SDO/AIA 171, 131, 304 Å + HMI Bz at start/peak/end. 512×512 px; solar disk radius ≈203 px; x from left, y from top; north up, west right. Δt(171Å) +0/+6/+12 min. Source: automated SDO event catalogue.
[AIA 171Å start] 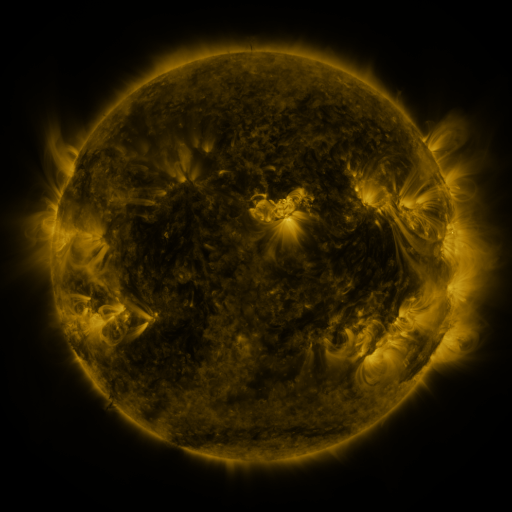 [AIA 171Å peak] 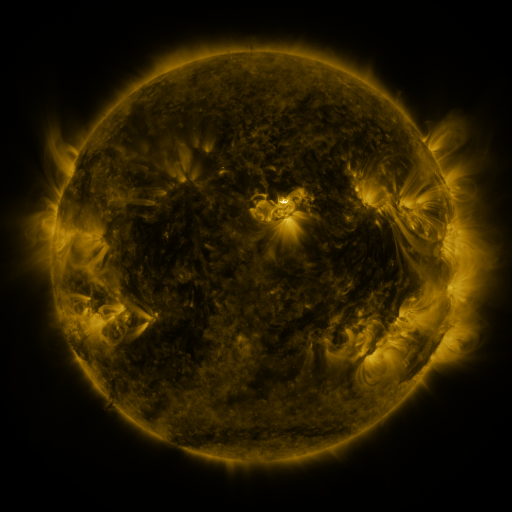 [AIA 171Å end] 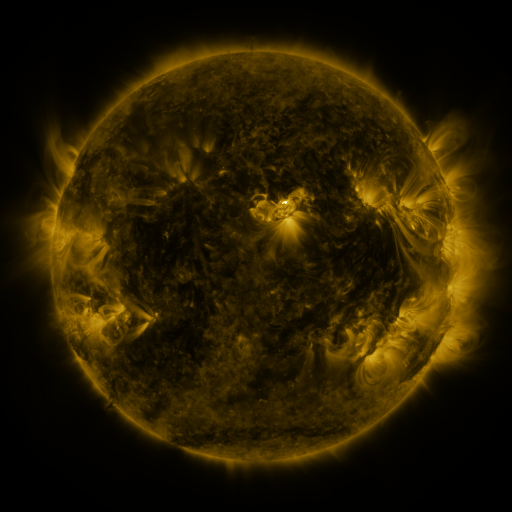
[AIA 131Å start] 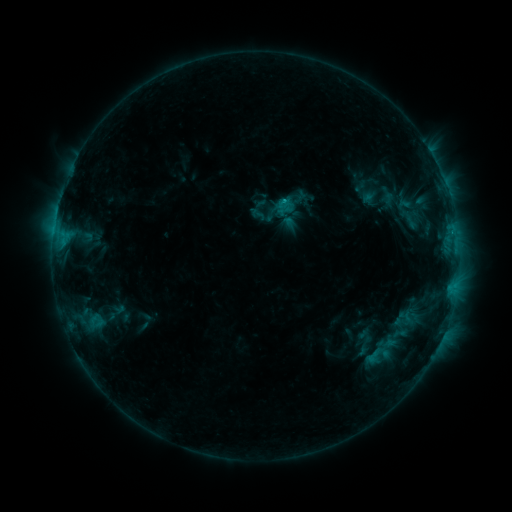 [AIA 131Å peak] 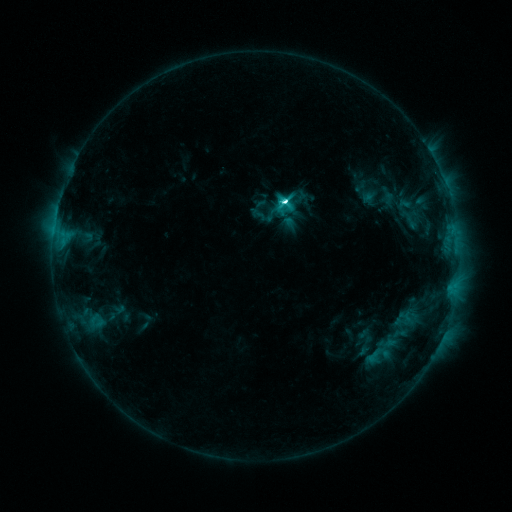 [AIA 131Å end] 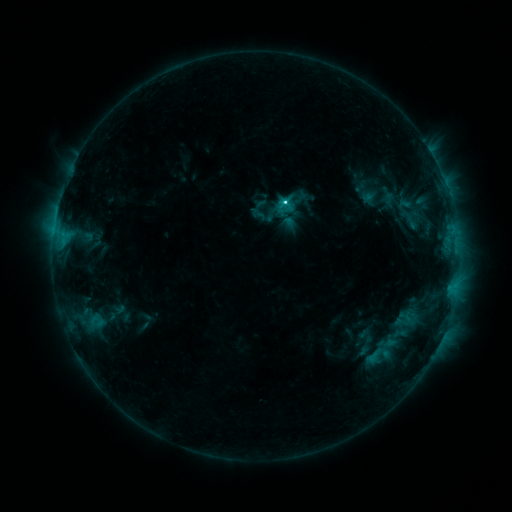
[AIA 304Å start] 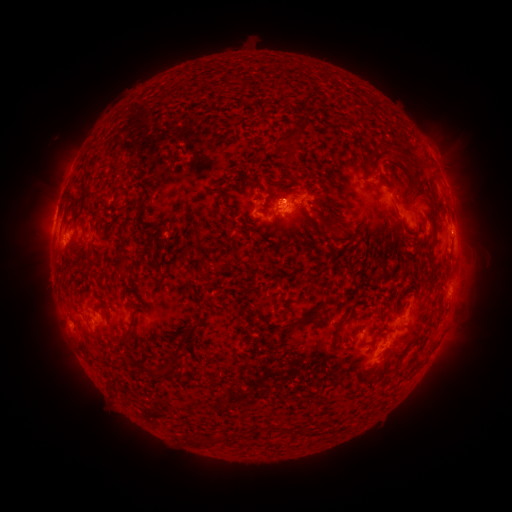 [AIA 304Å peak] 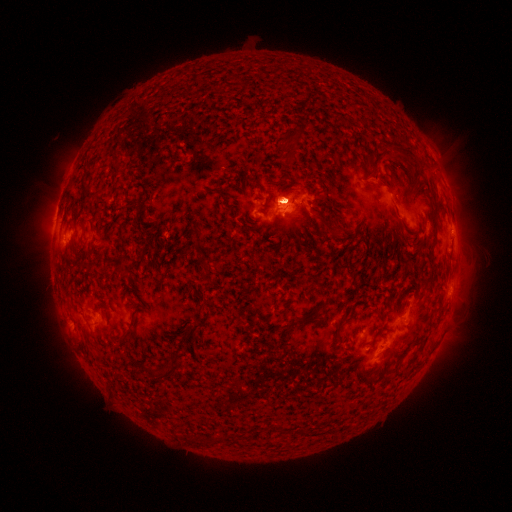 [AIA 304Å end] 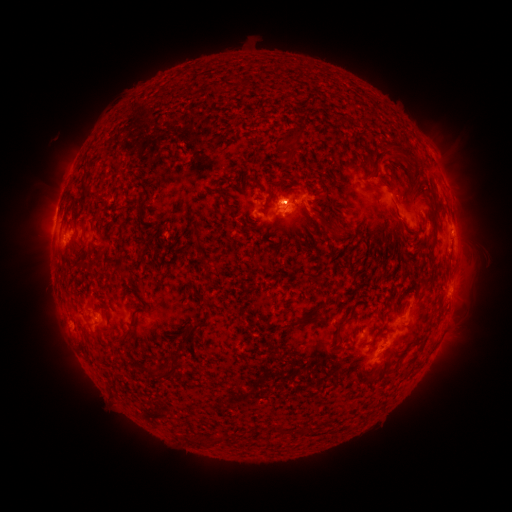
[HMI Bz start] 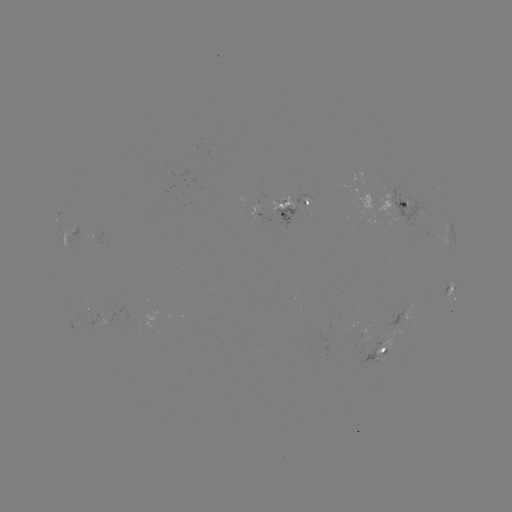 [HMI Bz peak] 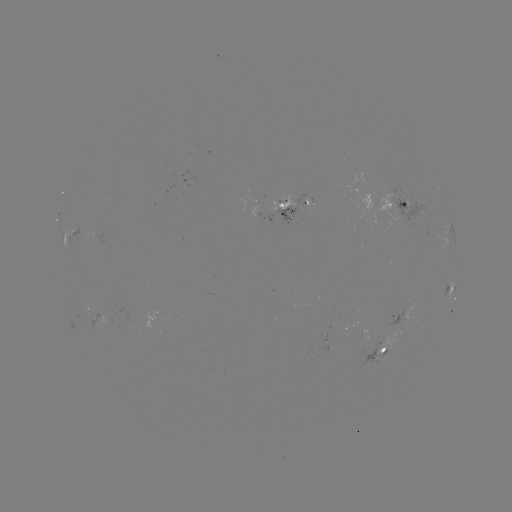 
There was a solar eruption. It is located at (461, 207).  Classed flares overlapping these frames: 1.